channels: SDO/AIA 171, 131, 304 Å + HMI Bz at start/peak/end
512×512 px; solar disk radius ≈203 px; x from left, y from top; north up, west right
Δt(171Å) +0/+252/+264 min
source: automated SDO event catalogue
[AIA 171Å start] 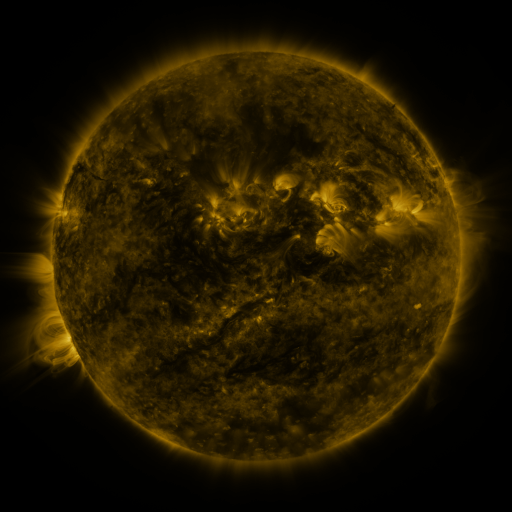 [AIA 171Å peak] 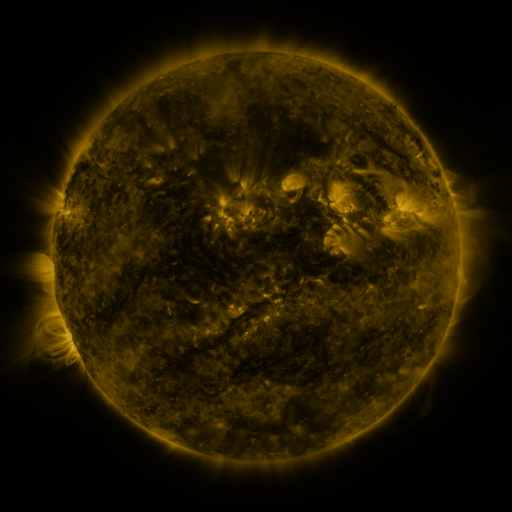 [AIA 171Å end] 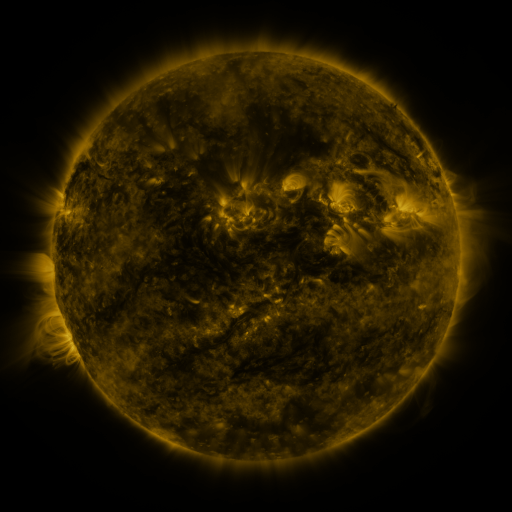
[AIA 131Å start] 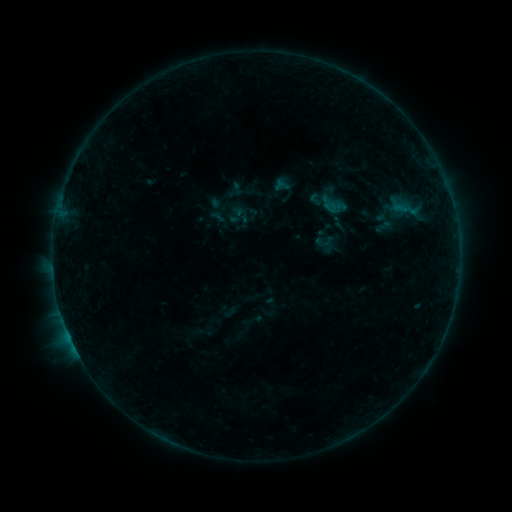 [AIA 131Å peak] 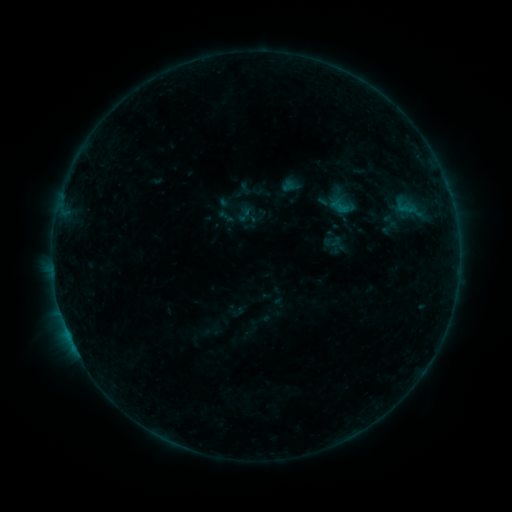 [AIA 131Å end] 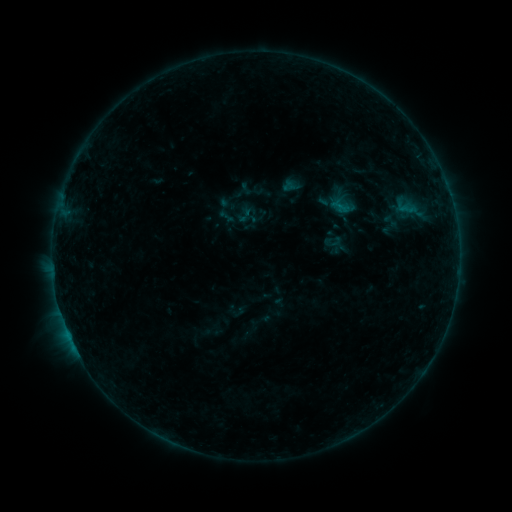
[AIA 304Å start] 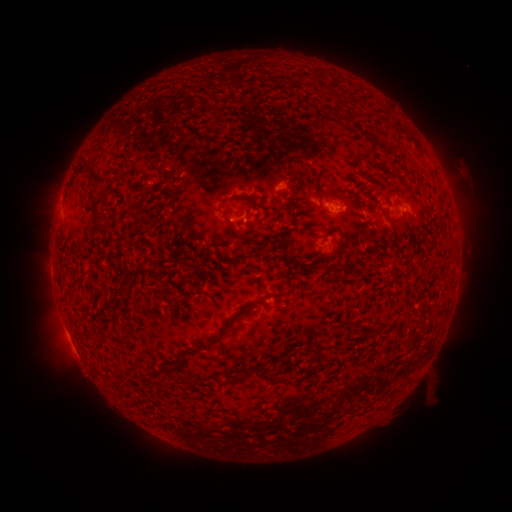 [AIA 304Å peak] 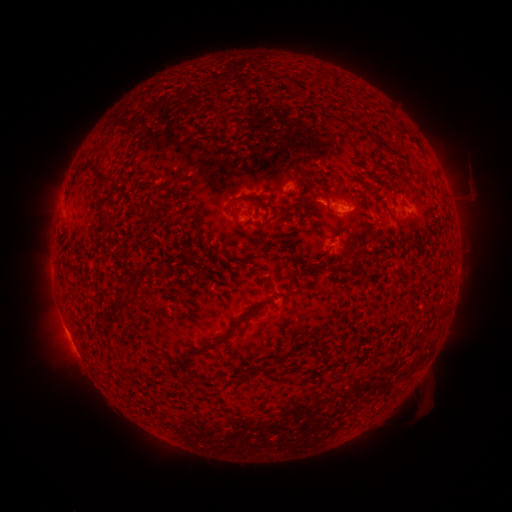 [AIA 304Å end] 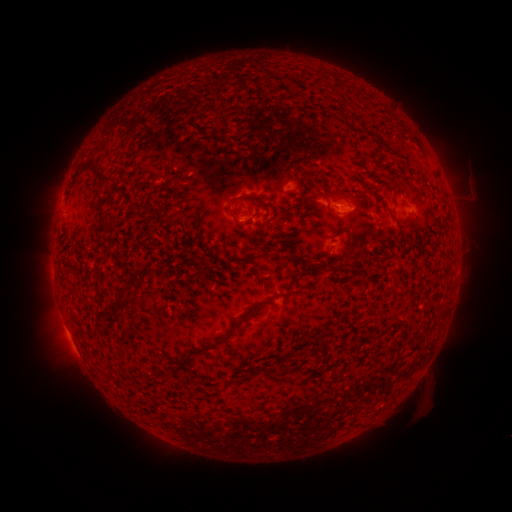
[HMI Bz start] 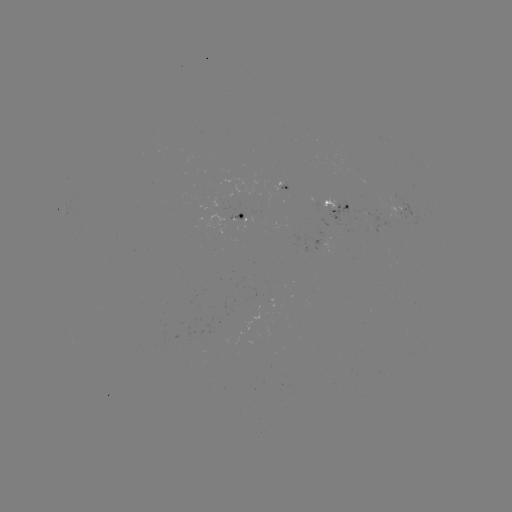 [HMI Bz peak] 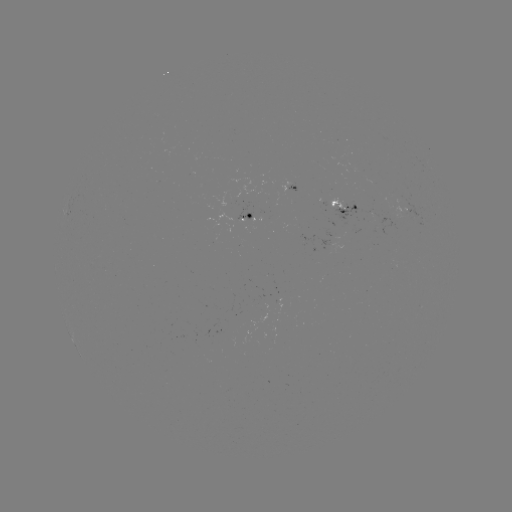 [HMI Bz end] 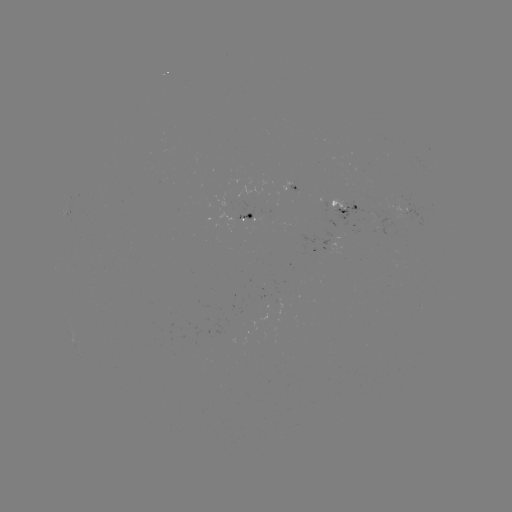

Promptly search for emerging-flux region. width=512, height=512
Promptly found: (242, 219).